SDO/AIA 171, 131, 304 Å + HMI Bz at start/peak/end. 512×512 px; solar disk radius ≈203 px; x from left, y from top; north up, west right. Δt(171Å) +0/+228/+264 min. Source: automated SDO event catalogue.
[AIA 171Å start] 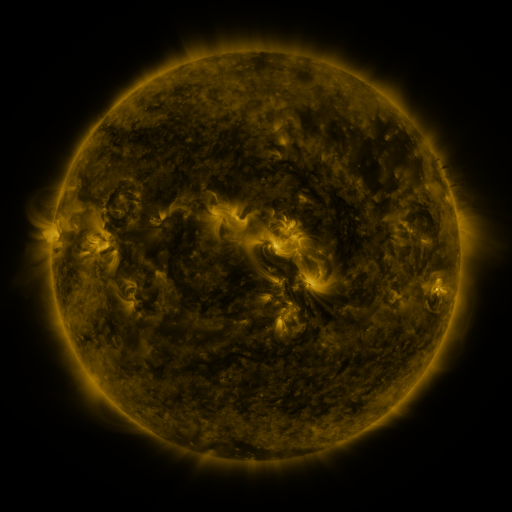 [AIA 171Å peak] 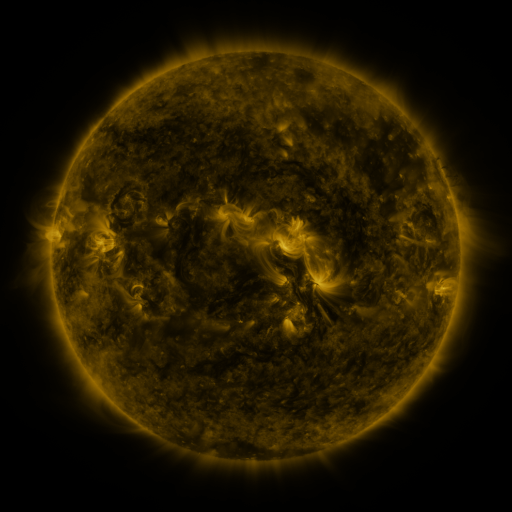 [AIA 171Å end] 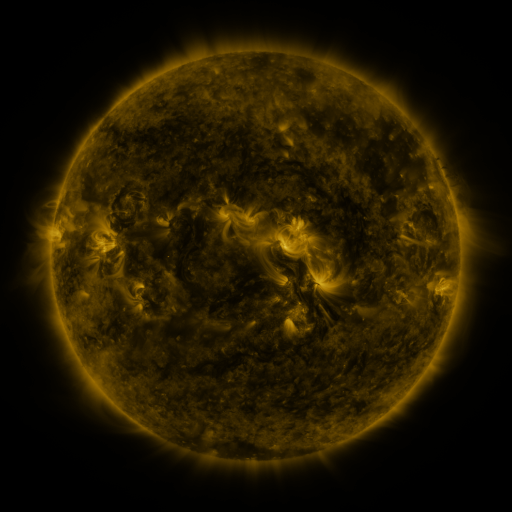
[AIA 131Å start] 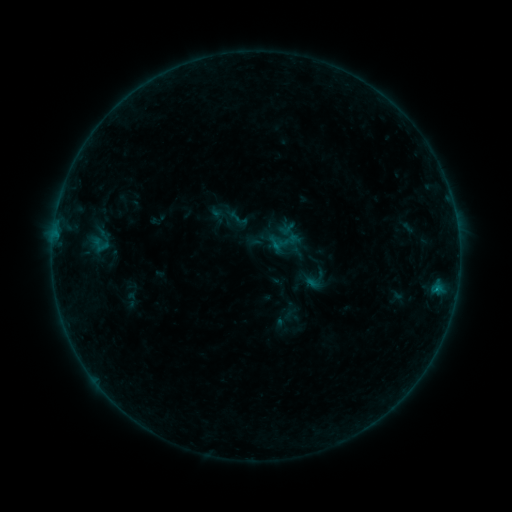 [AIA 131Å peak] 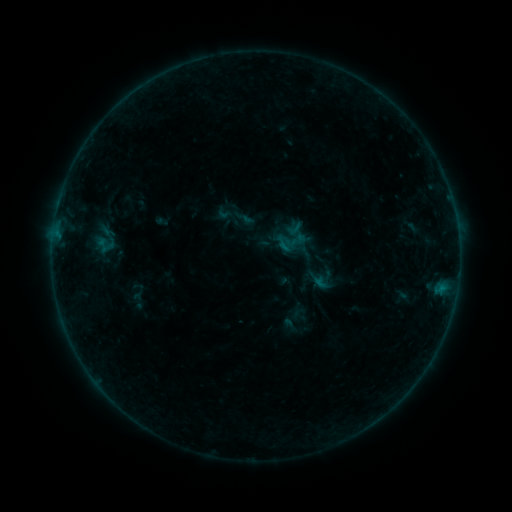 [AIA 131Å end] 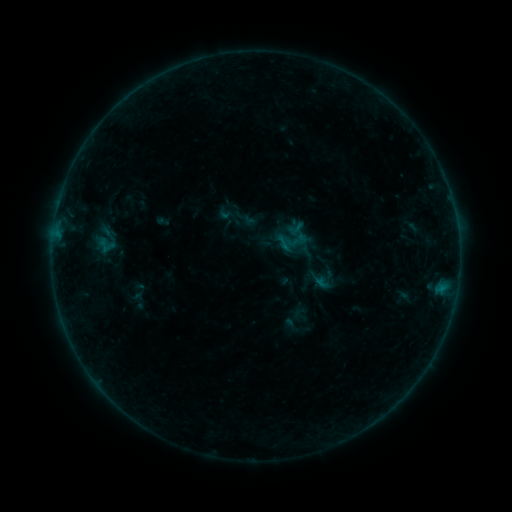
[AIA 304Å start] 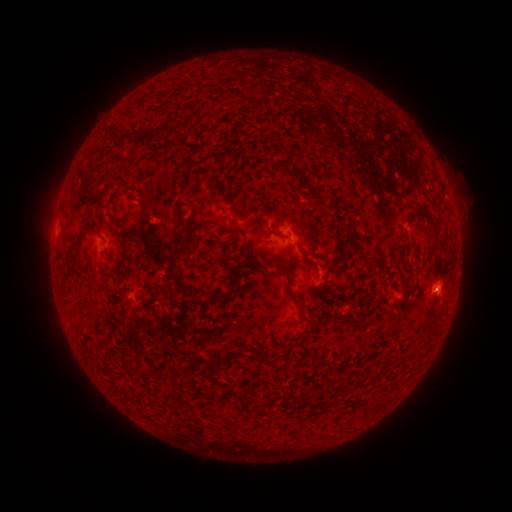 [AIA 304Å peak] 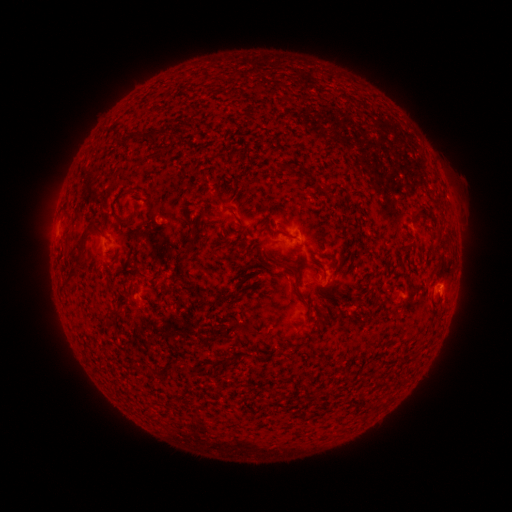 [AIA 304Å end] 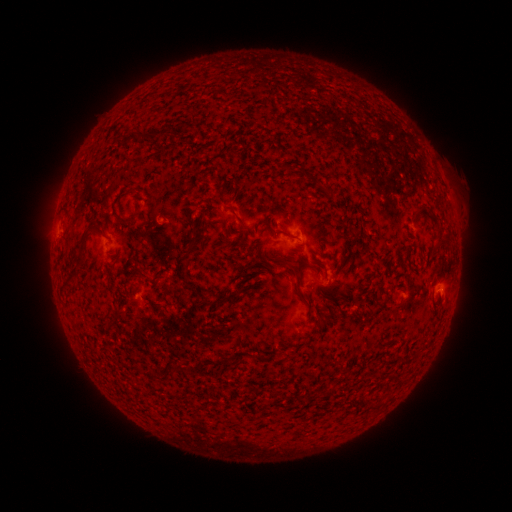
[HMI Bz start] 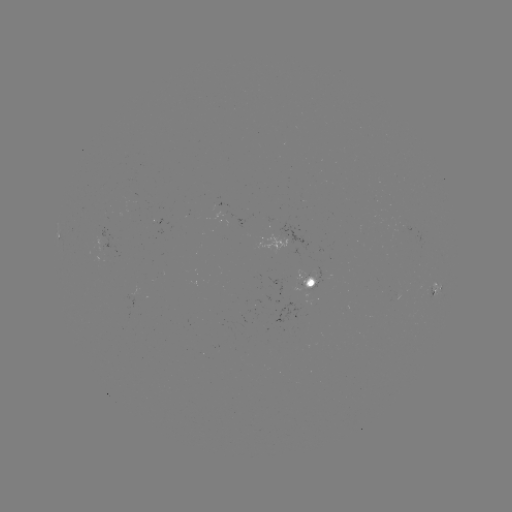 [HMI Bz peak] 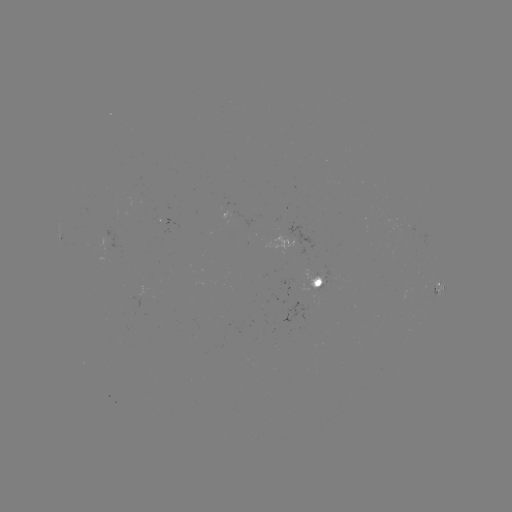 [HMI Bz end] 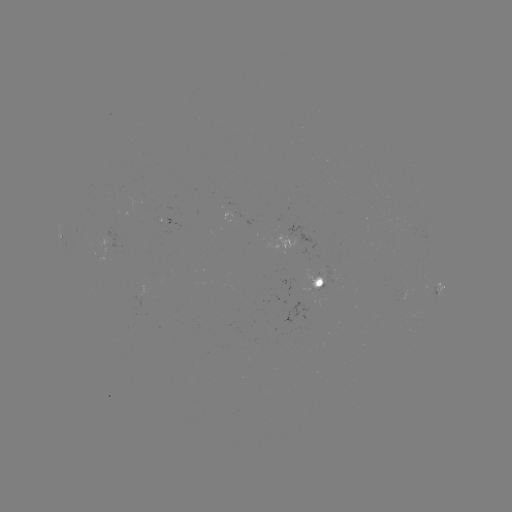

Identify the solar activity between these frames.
emerging-flux region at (321, 281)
